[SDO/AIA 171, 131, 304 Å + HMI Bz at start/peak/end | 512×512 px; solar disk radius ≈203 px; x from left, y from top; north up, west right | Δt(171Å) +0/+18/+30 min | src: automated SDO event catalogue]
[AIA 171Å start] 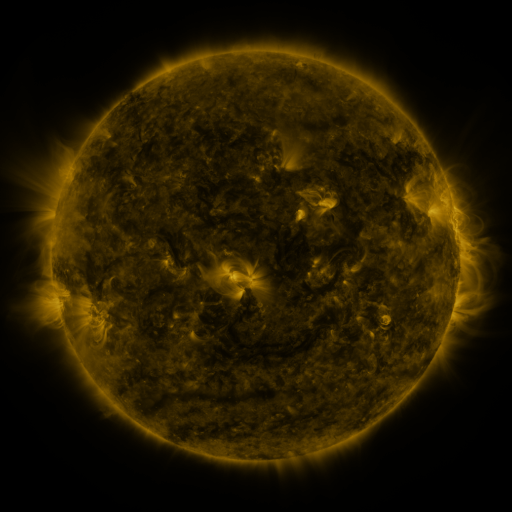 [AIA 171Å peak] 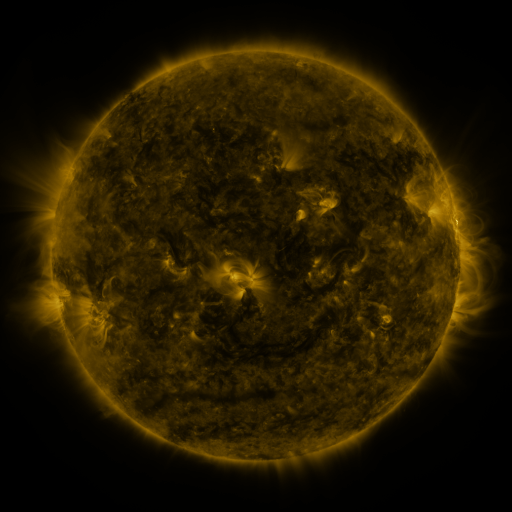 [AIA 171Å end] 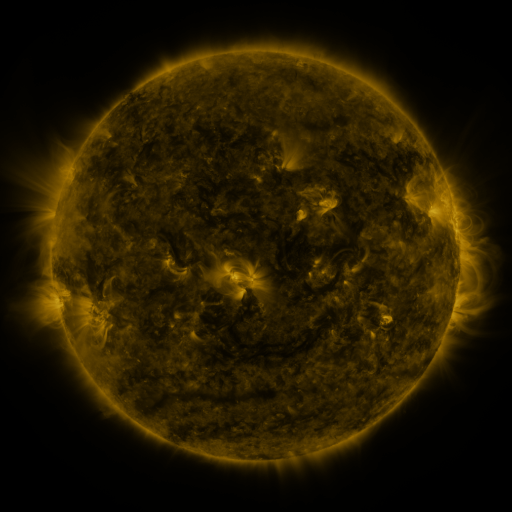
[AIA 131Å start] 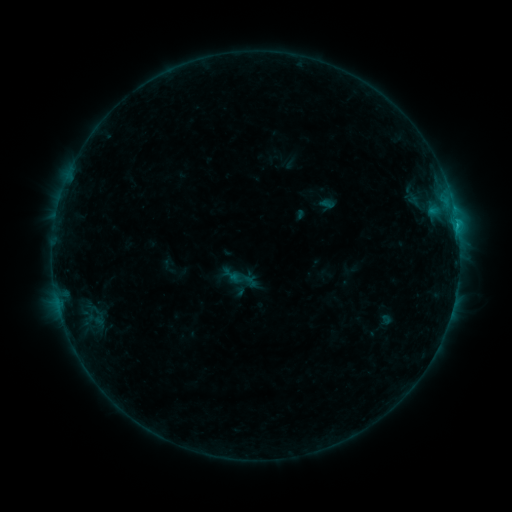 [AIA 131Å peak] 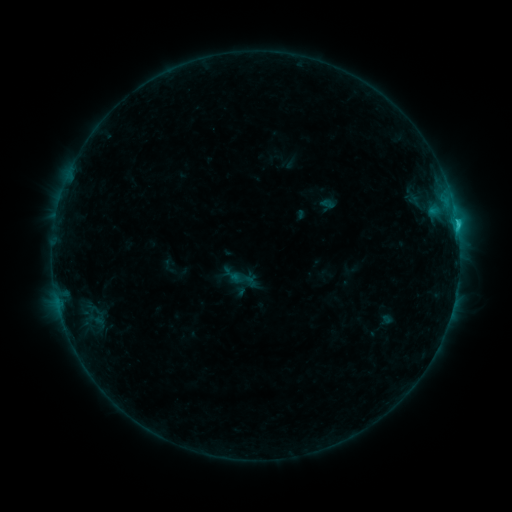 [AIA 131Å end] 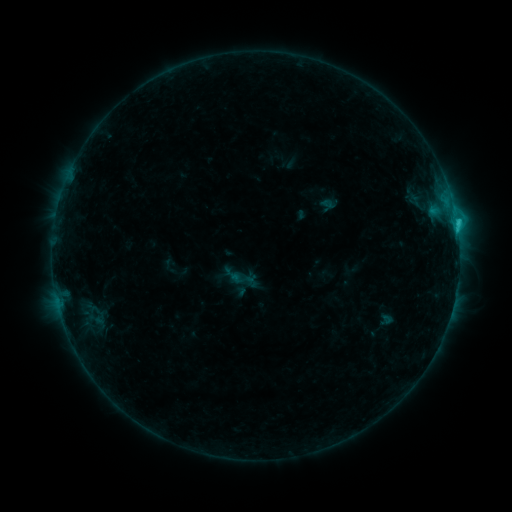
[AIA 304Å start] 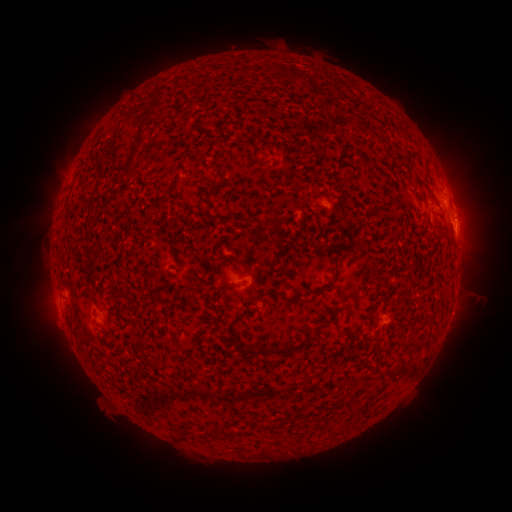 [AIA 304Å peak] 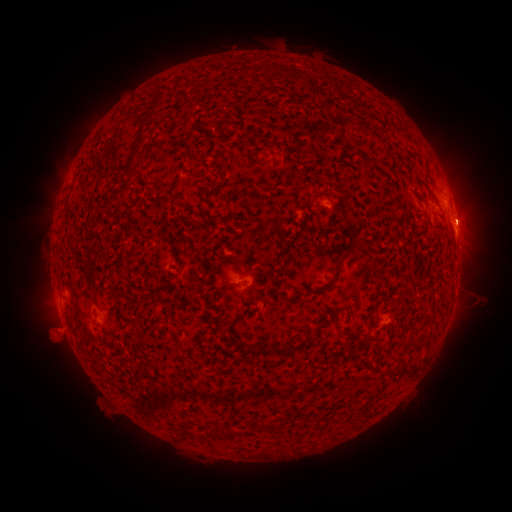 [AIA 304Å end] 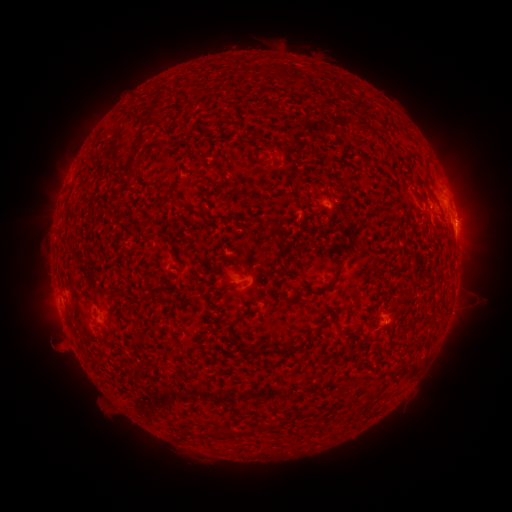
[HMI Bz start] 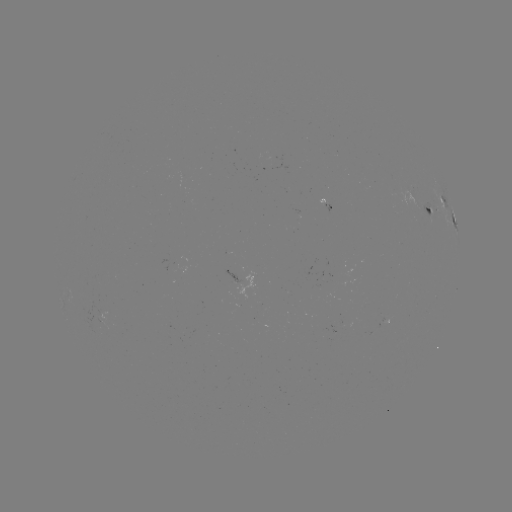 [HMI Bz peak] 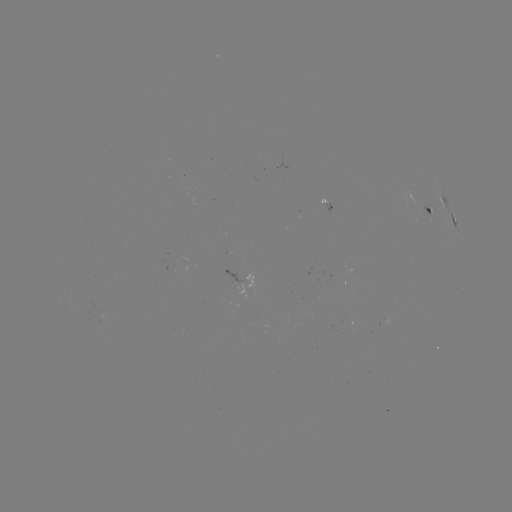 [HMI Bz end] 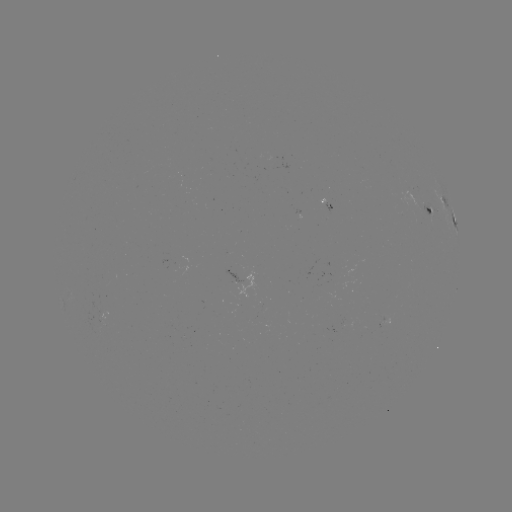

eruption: <bbox>20, 298, 85, 372</bbox>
